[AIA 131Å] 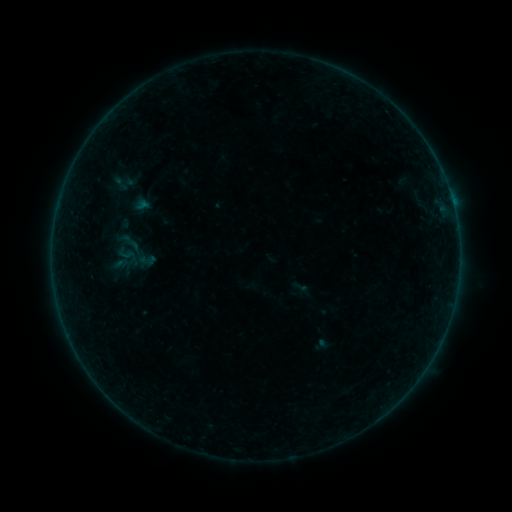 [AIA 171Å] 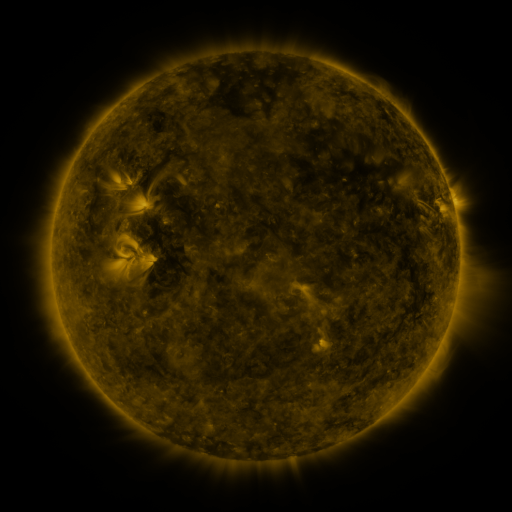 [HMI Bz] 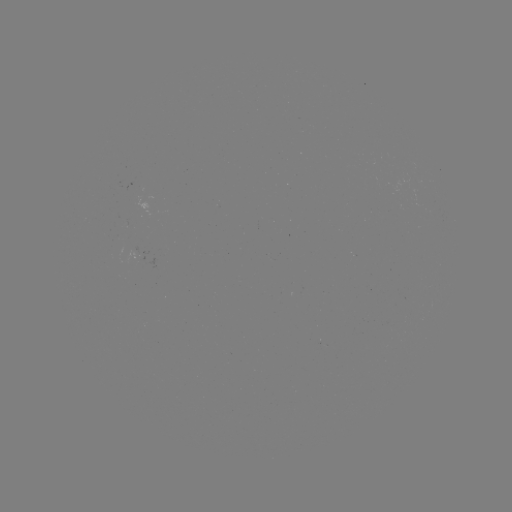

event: sigmoid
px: (137, 252)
